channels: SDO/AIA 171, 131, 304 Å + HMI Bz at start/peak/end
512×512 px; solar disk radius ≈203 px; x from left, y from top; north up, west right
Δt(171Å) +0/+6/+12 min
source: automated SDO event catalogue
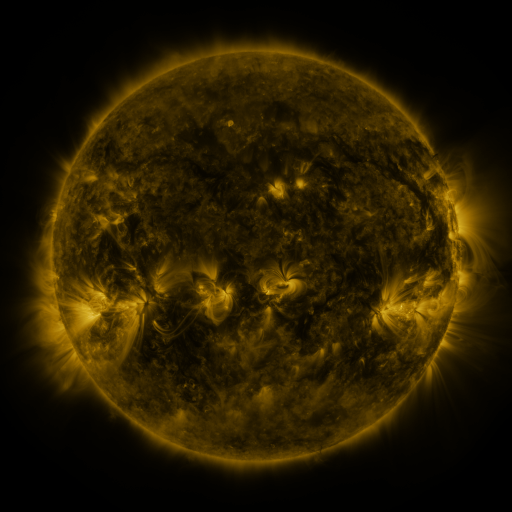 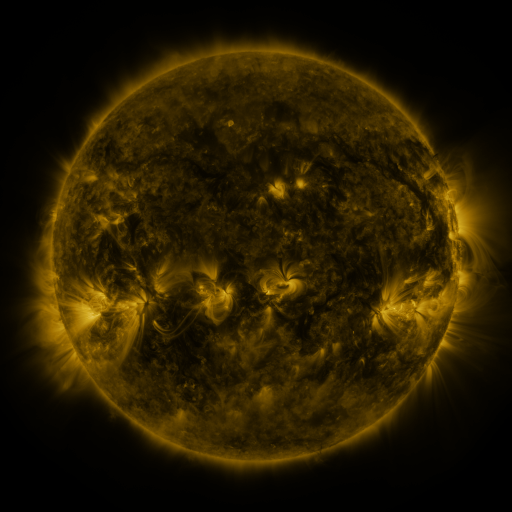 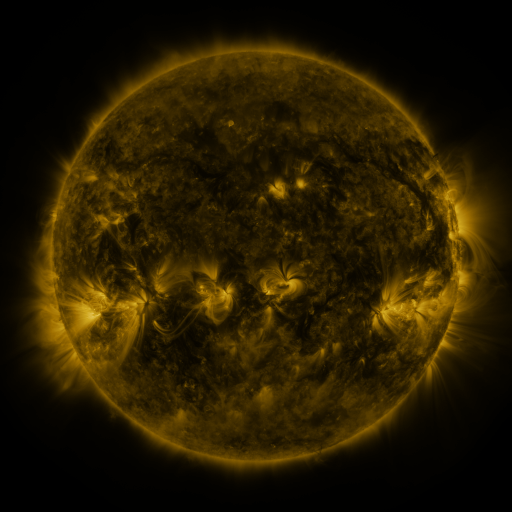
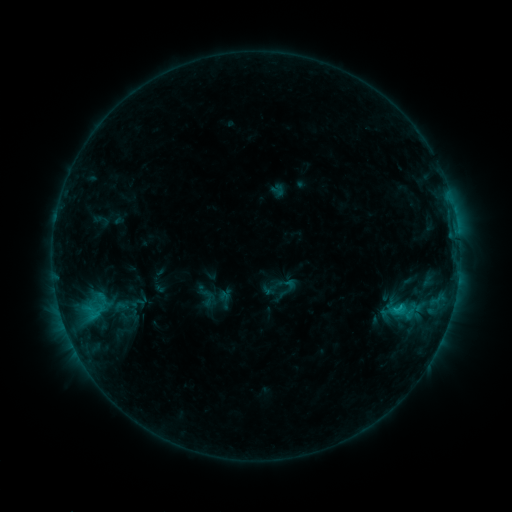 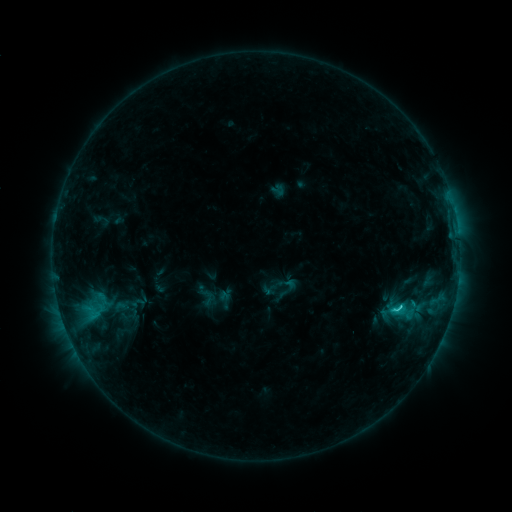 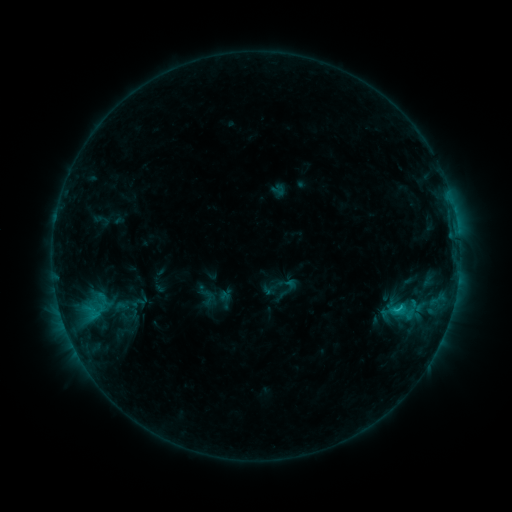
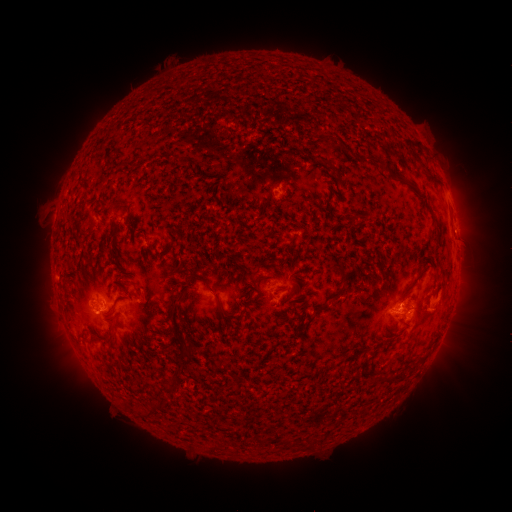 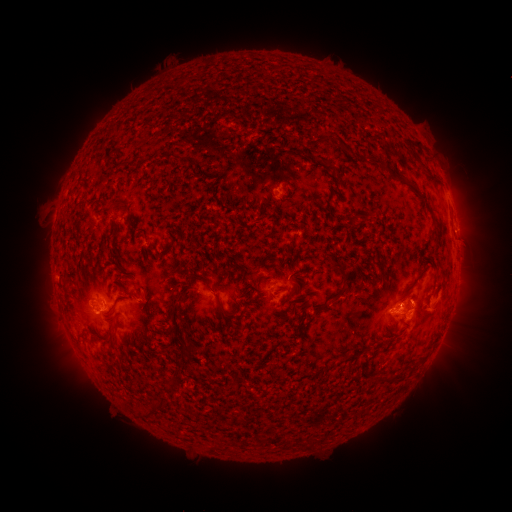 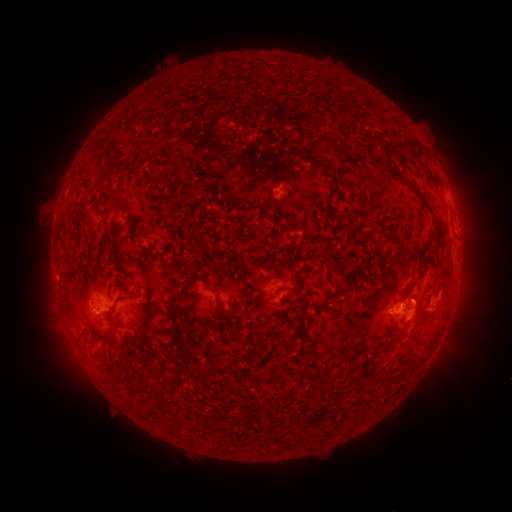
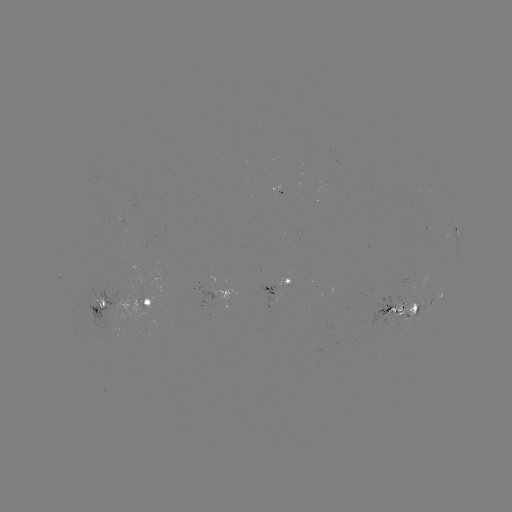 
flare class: C1.6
